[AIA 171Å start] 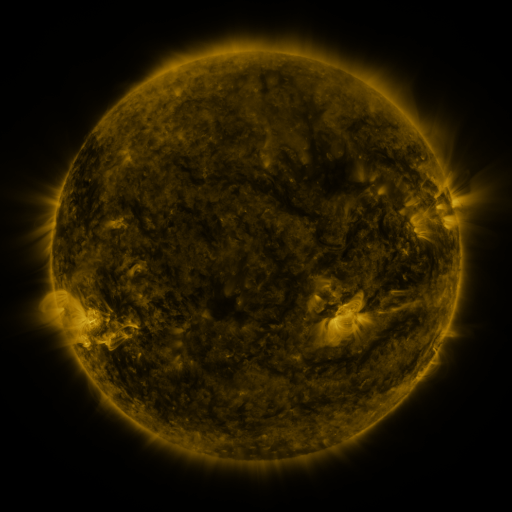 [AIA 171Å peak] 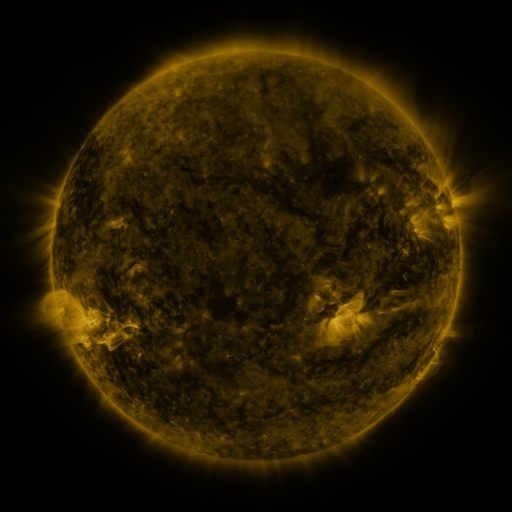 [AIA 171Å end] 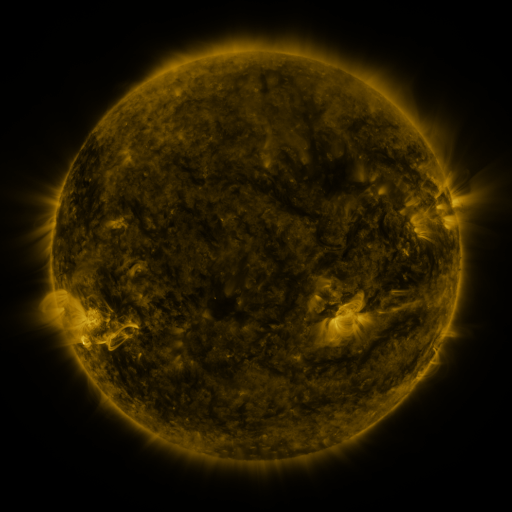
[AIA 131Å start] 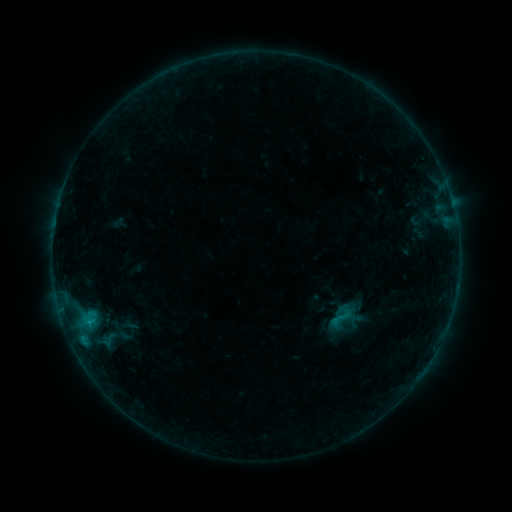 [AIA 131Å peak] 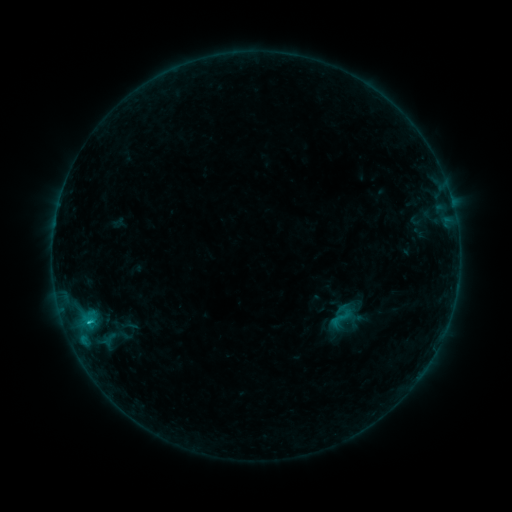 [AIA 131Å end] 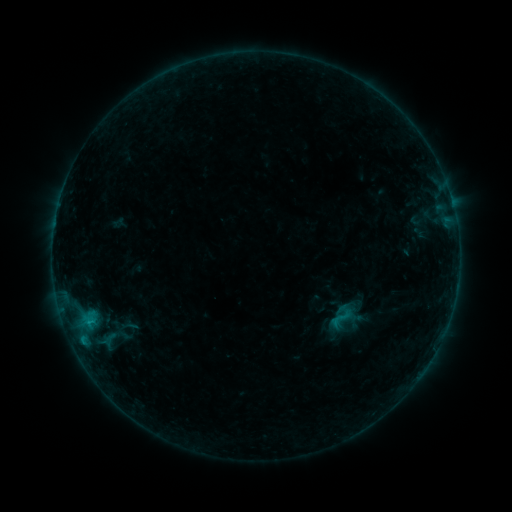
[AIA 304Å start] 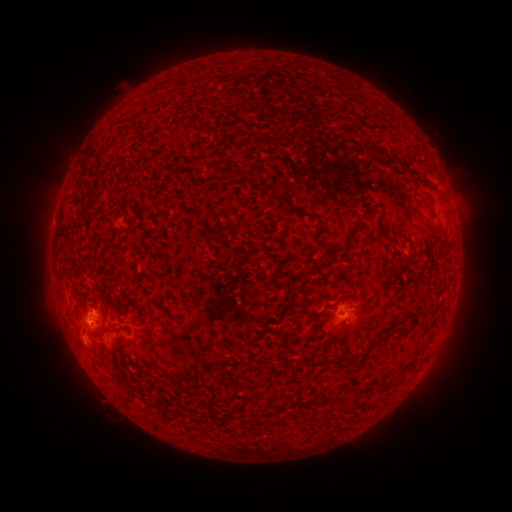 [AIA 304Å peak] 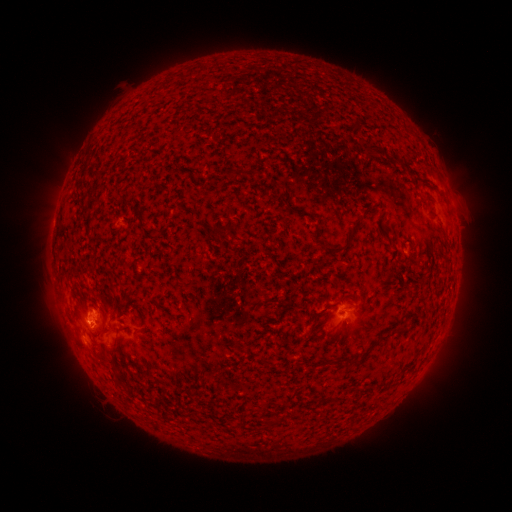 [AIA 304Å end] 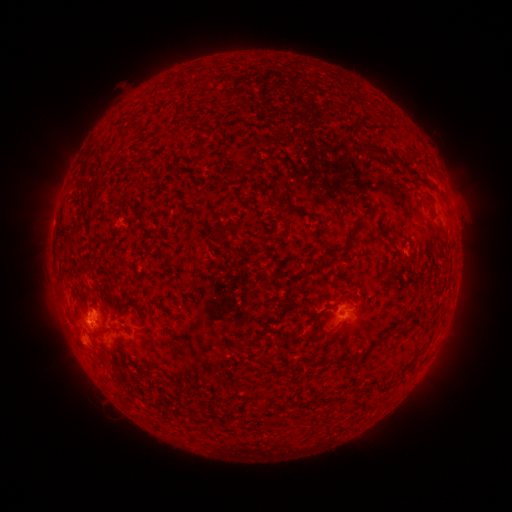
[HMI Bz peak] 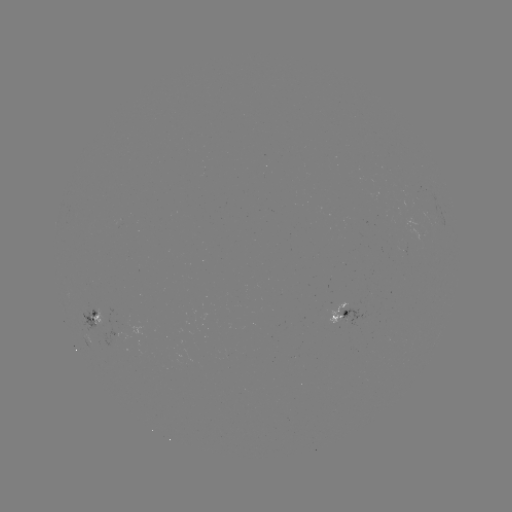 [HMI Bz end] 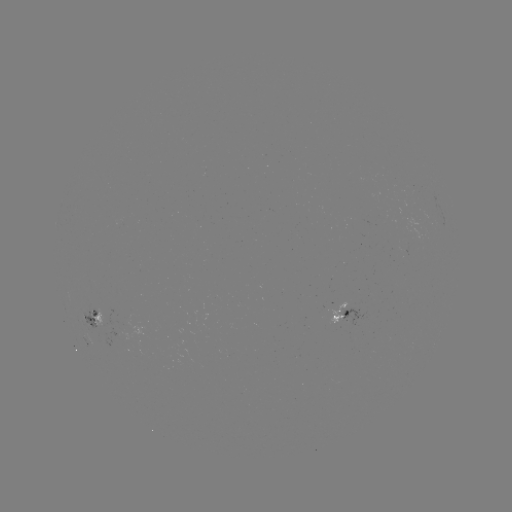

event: flare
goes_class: B6.2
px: (91, 321)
